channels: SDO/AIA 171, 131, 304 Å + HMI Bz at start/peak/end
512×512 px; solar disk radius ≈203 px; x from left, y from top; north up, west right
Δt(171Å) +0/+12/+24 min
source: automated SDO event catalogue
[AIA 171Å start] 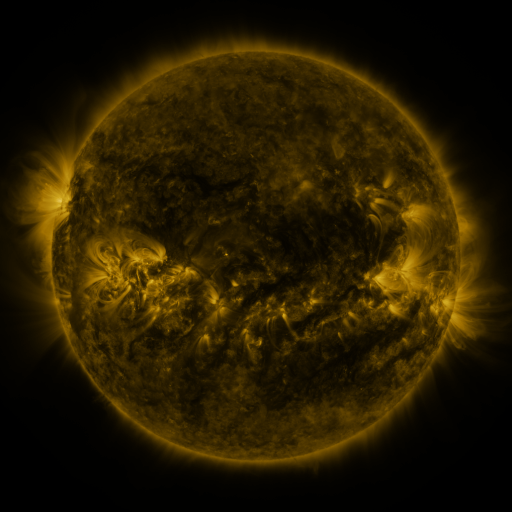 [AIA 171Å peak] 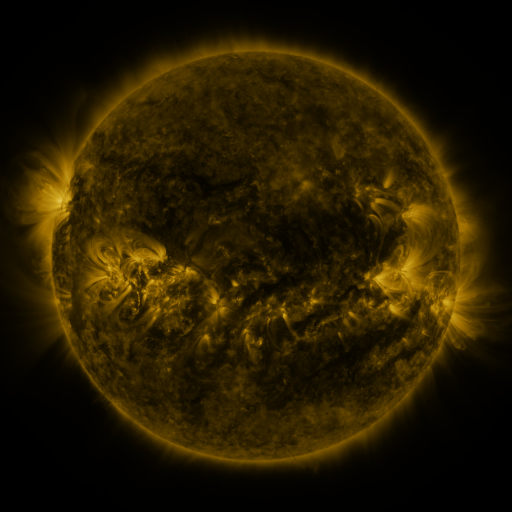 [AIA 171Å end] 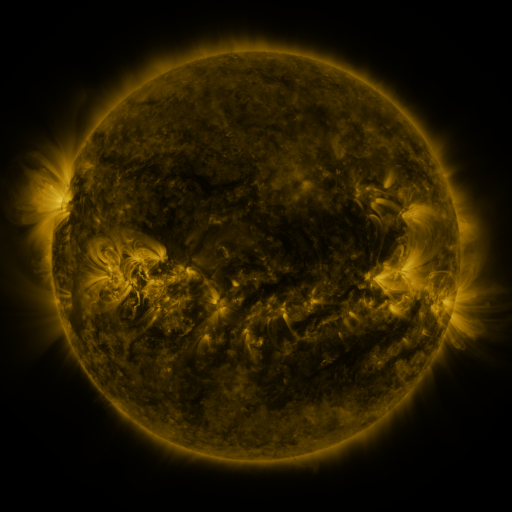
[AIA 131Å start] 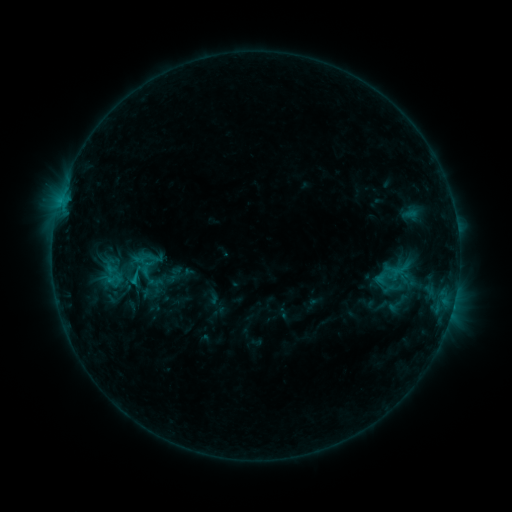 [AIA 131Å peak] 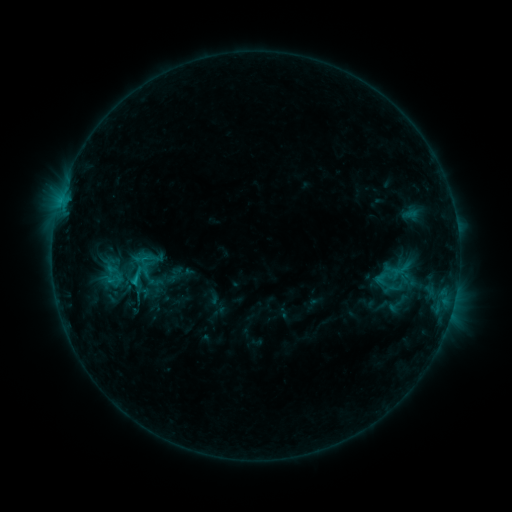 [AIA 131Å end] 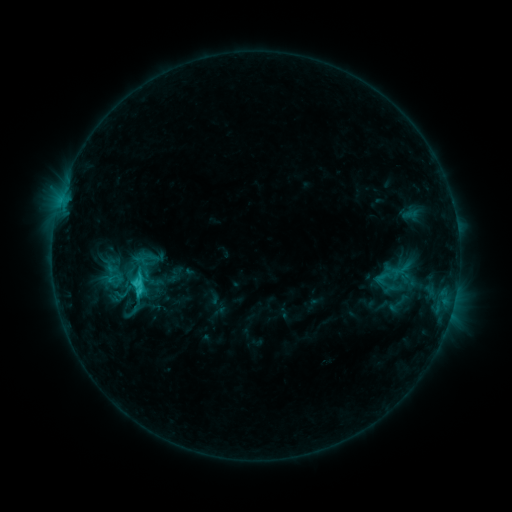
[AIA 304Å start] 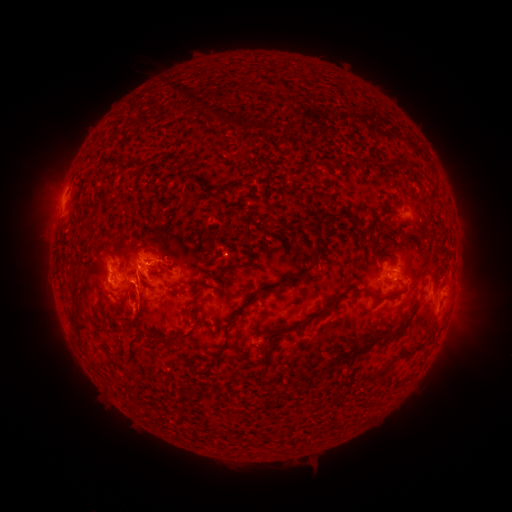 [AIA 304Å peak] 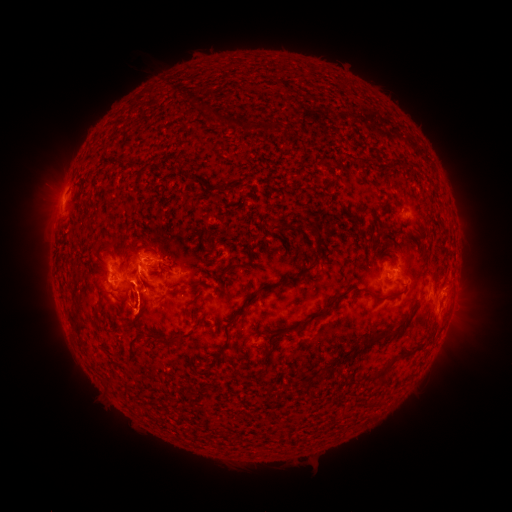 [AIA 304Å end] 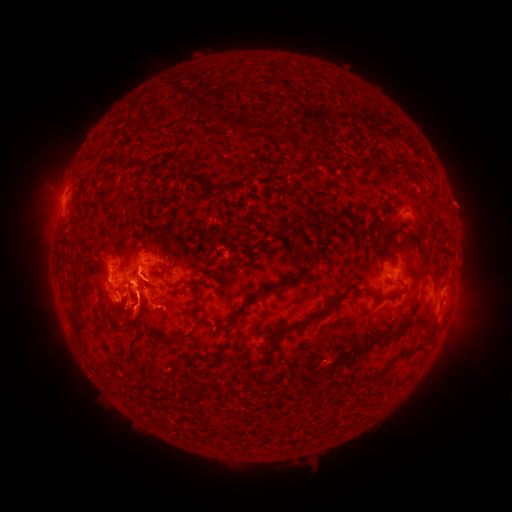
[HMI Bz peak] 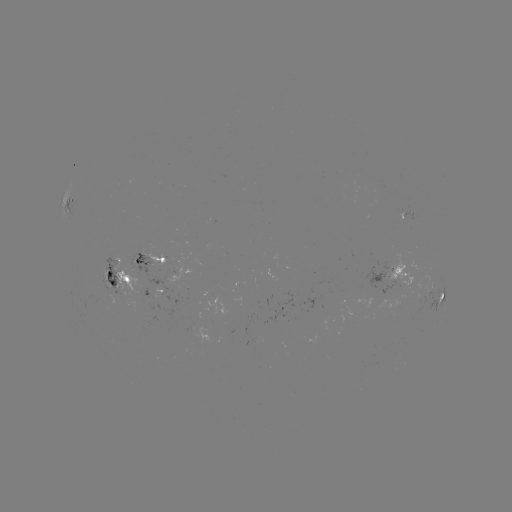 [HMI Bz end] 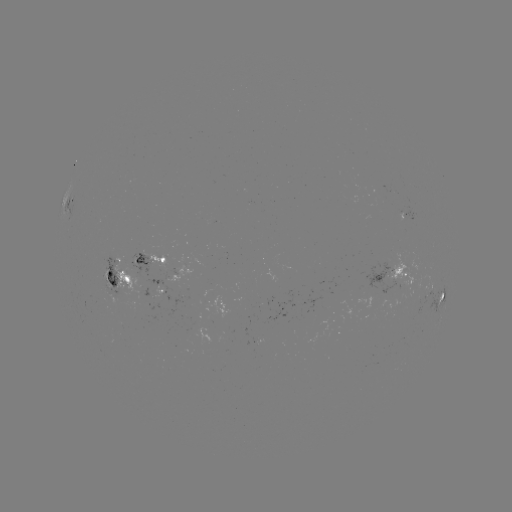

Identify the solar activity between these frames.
eruption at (140, 313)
